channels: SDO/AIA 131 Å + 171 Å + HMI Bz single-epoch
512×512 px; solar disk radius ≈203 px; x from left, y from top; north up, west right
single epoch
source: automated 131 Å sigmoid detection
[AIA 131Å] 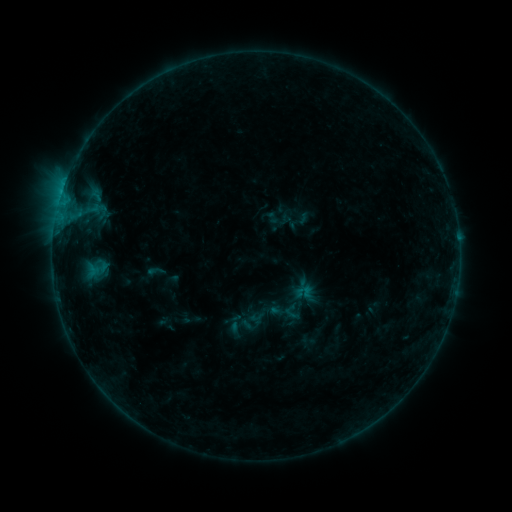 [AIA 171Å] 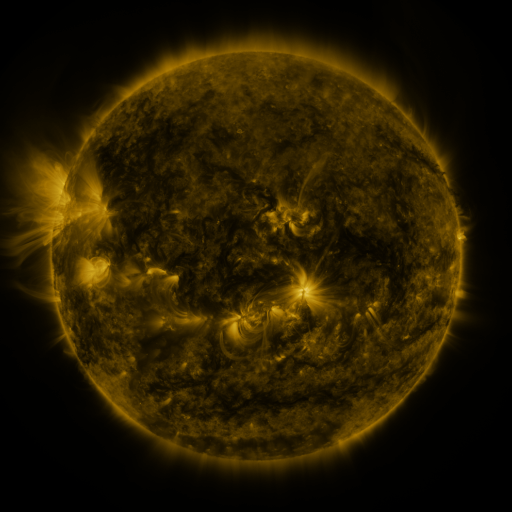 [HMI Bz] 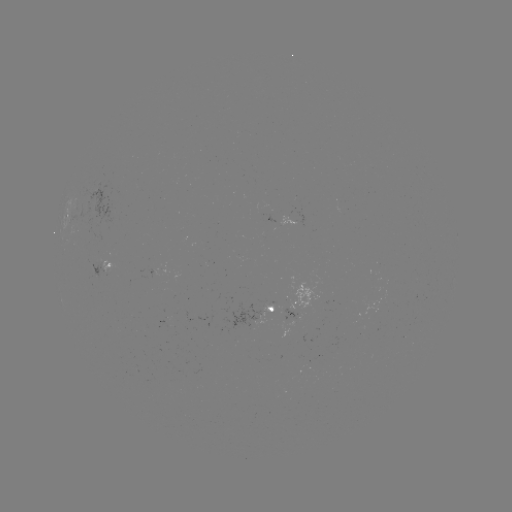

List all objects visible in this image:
sigmoid: (146, 262, 166, 280)
